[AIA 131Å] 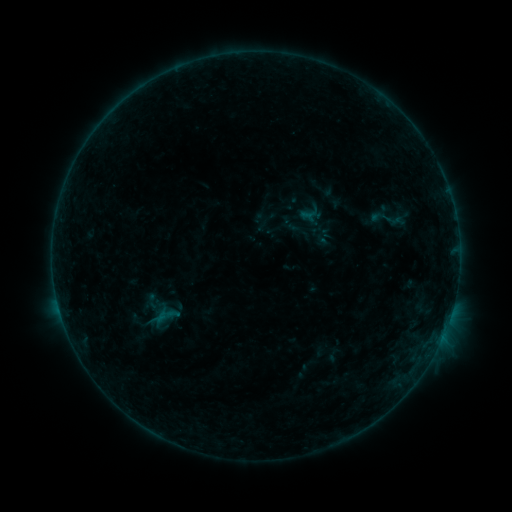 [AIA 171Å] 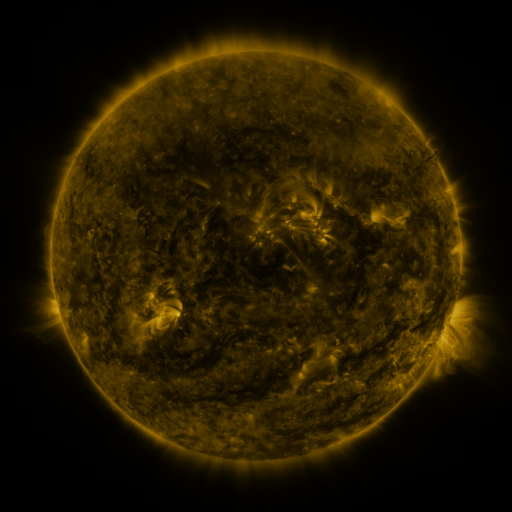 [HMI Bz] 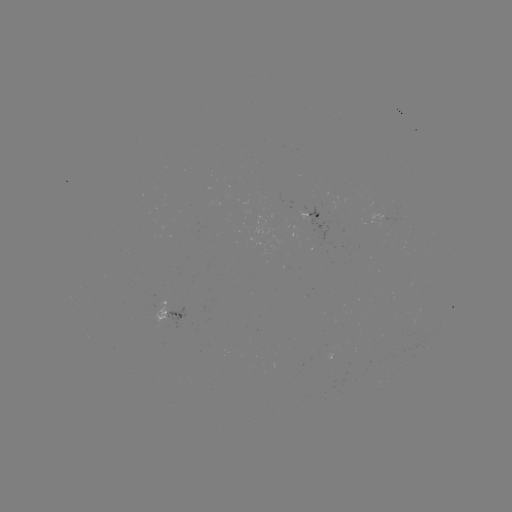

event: sigmoid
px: (388, 218)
